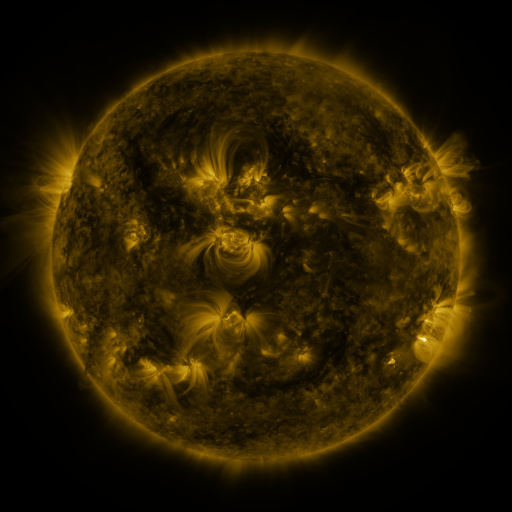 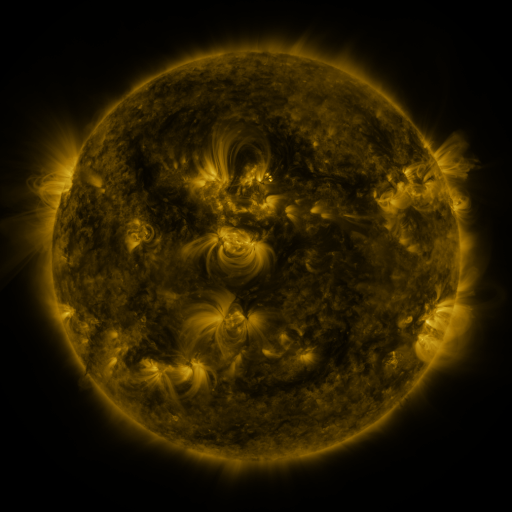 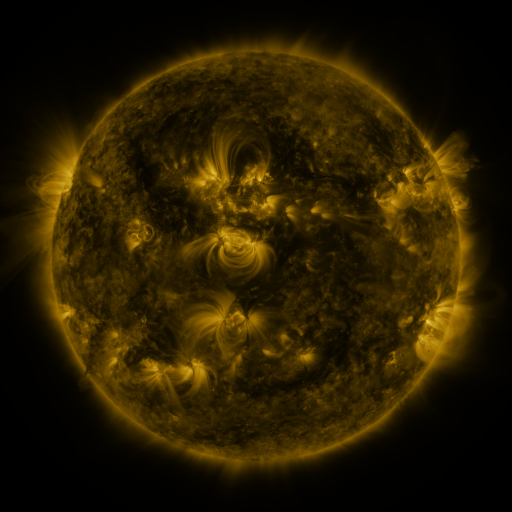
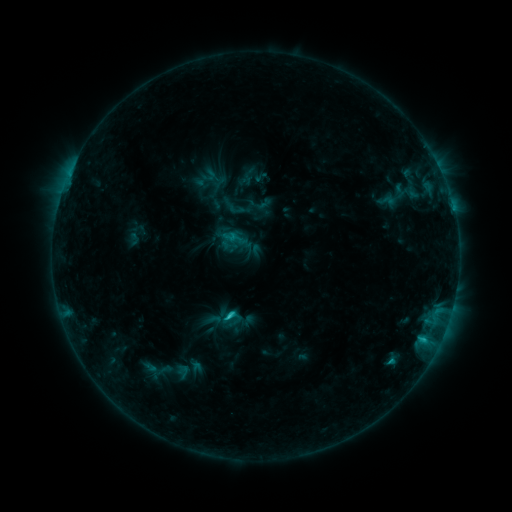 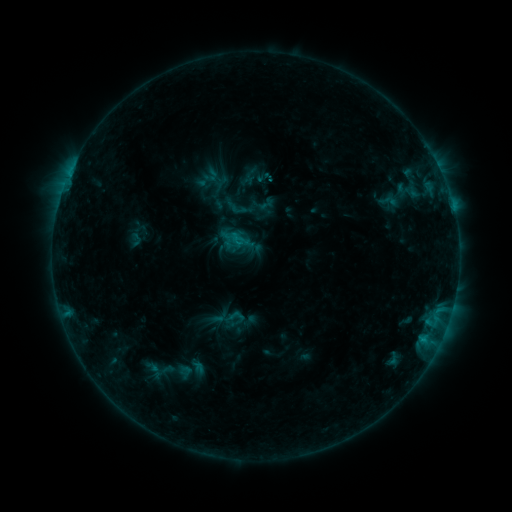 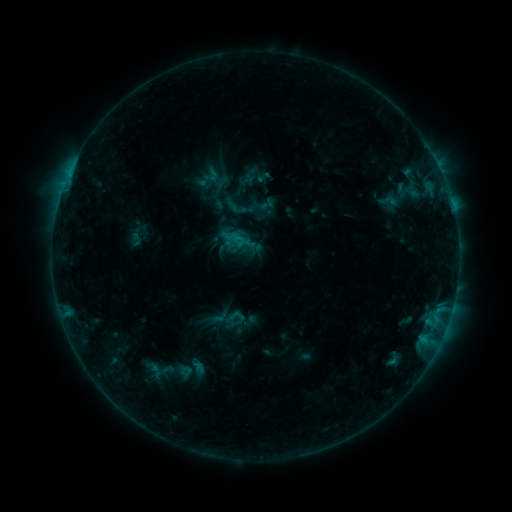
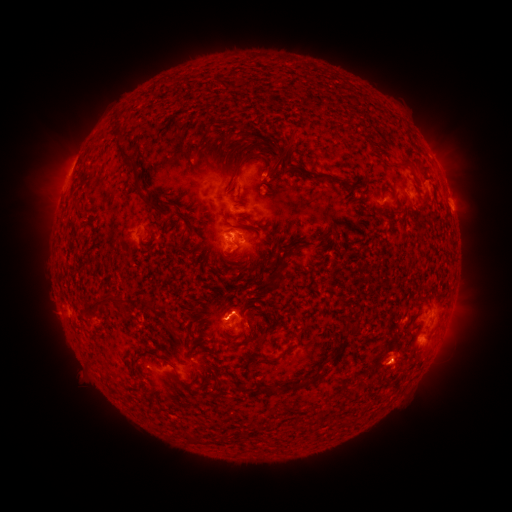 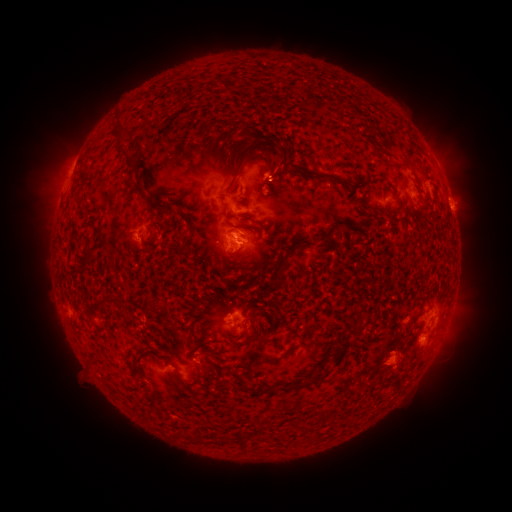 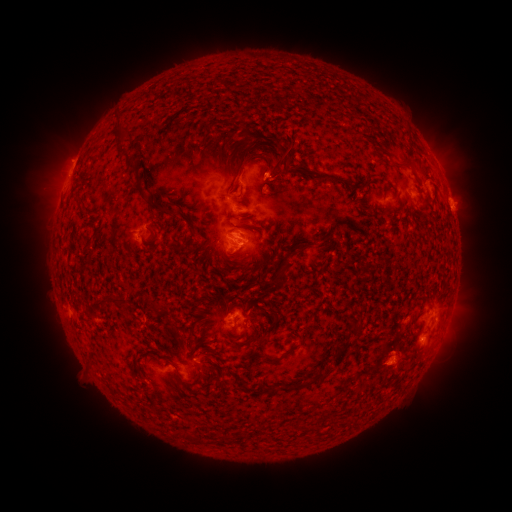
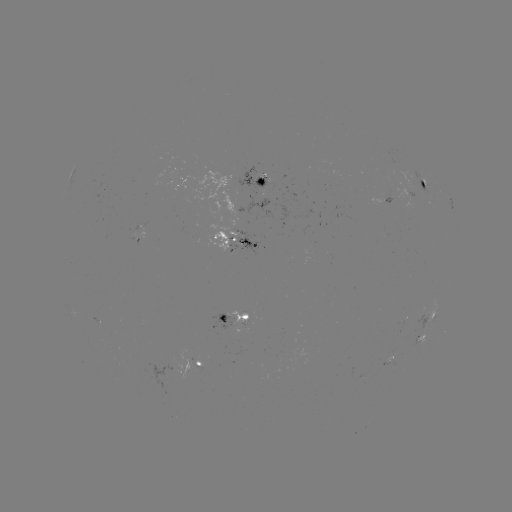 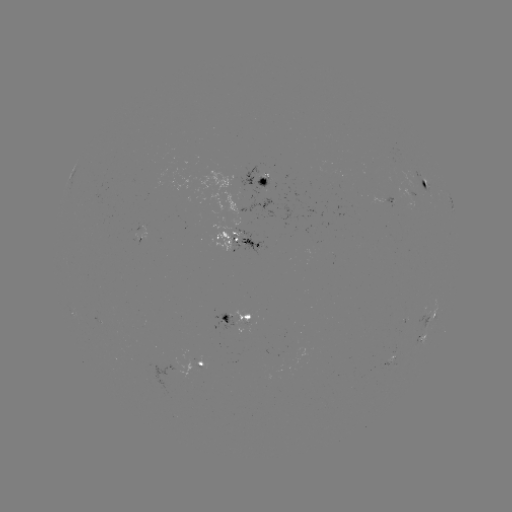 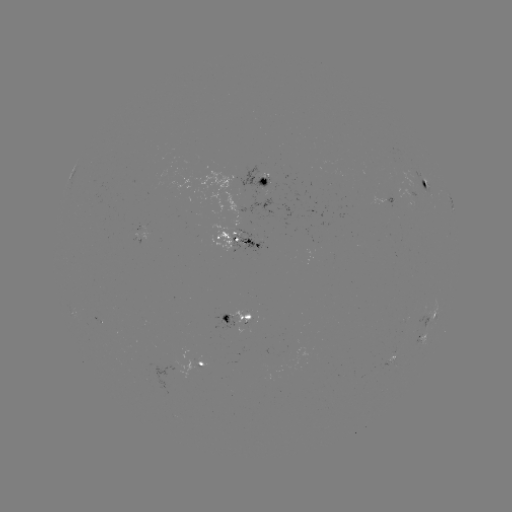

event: emerging-flux region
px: (224, 321)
